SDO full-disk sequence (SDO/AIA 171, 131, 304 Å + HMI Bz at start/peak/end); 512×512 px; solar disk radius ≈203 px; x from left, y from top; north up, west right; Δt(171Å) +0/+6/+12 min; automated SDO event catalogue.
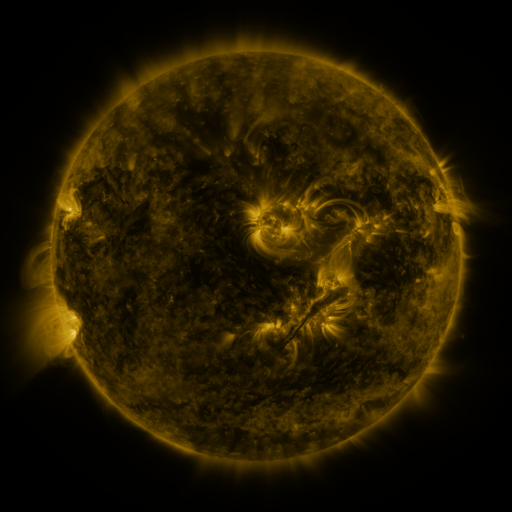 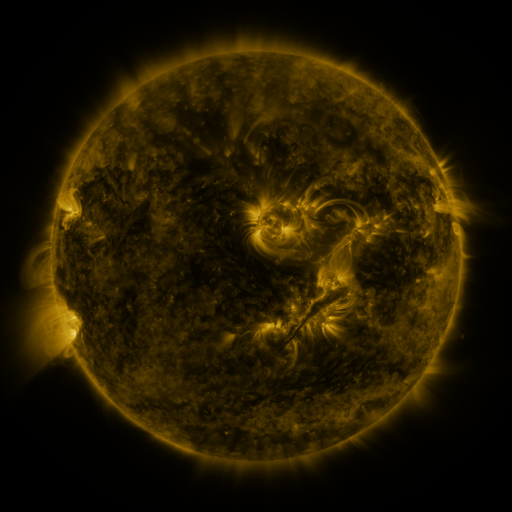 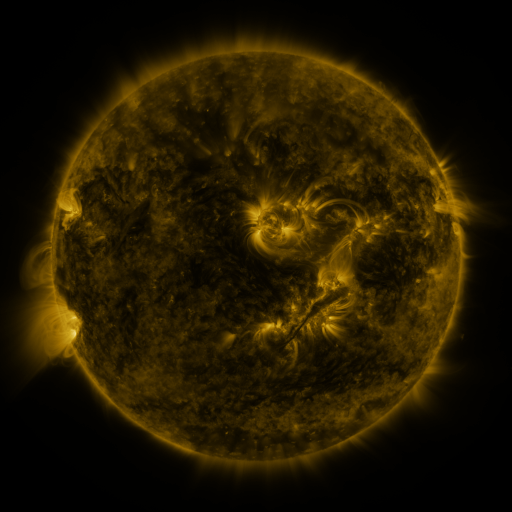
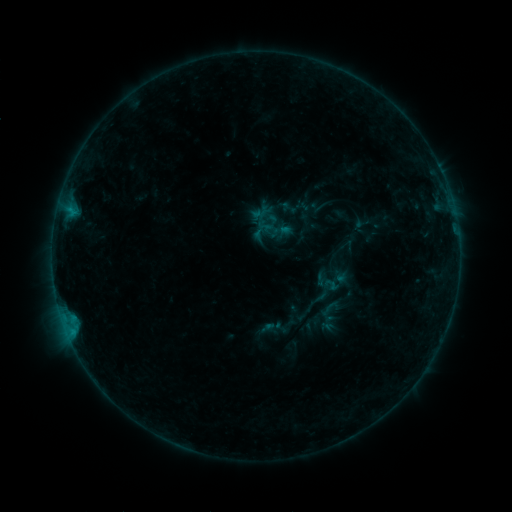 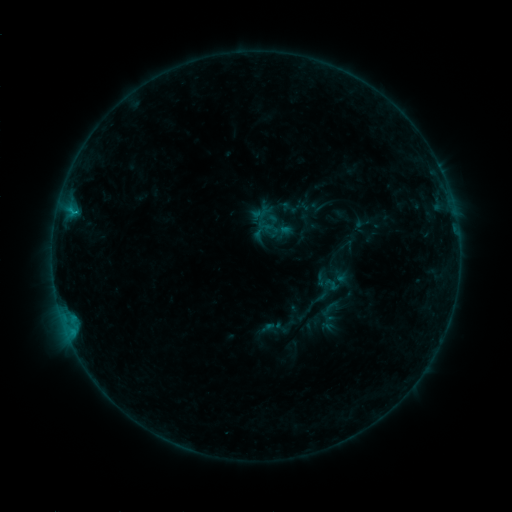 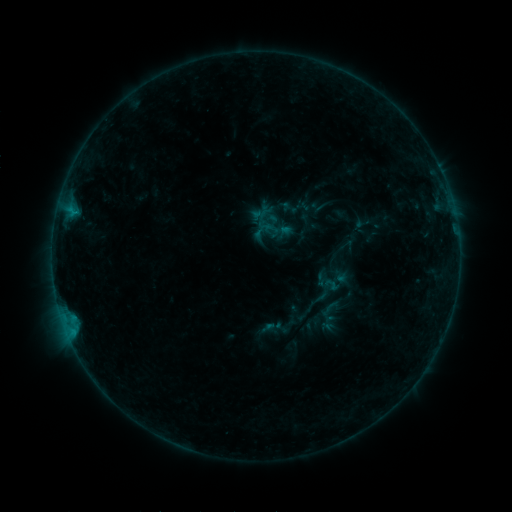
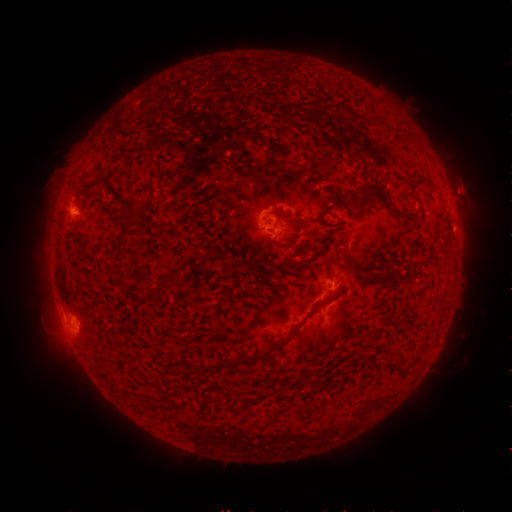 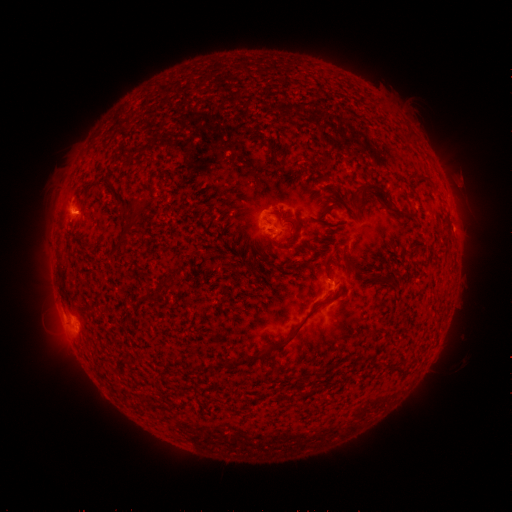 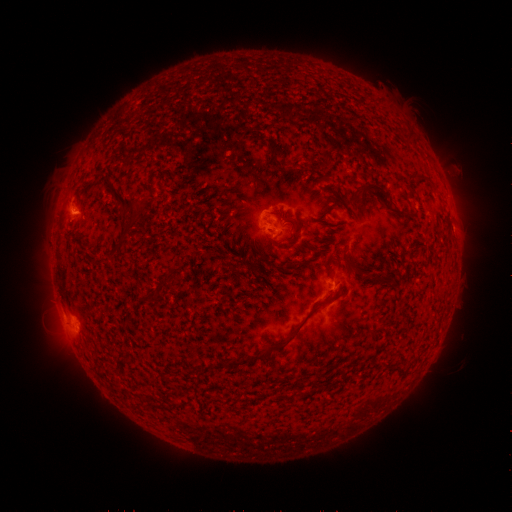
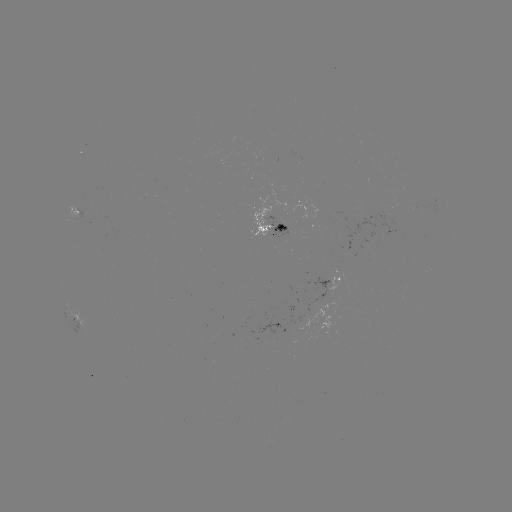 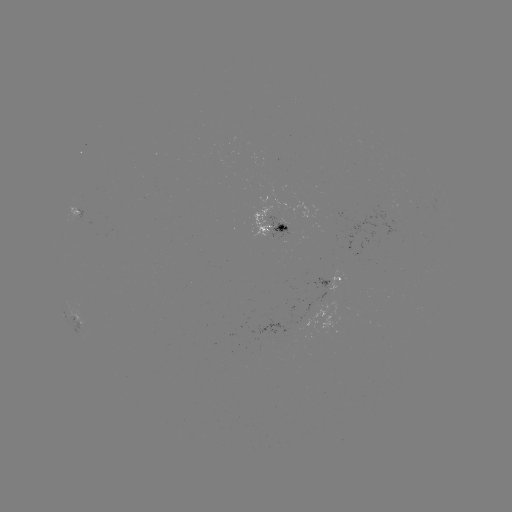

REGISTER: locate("B4.6 flare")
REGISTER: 75,212